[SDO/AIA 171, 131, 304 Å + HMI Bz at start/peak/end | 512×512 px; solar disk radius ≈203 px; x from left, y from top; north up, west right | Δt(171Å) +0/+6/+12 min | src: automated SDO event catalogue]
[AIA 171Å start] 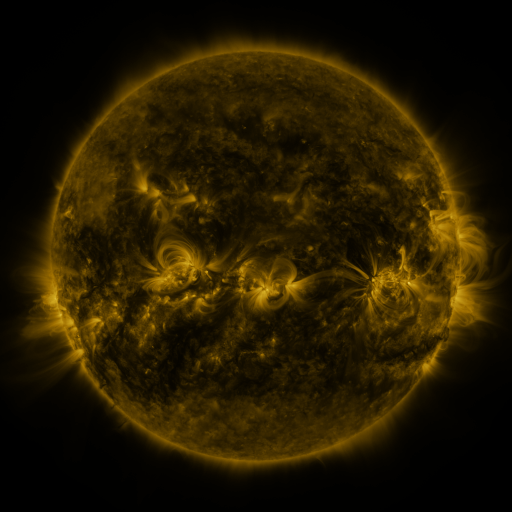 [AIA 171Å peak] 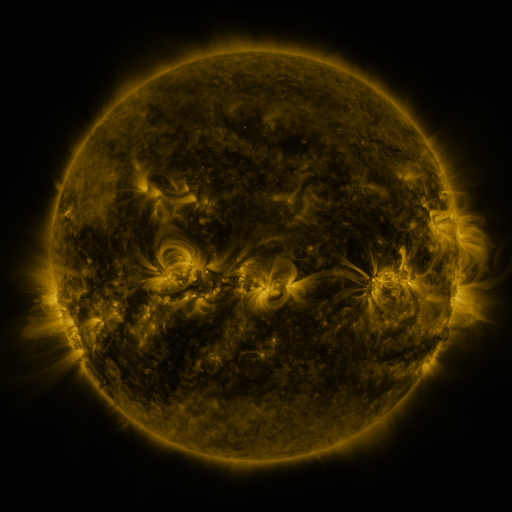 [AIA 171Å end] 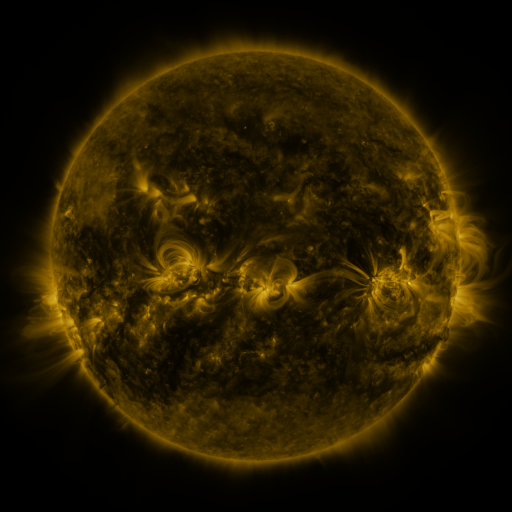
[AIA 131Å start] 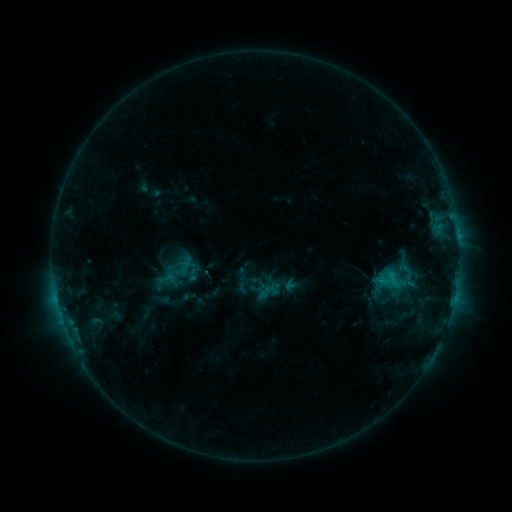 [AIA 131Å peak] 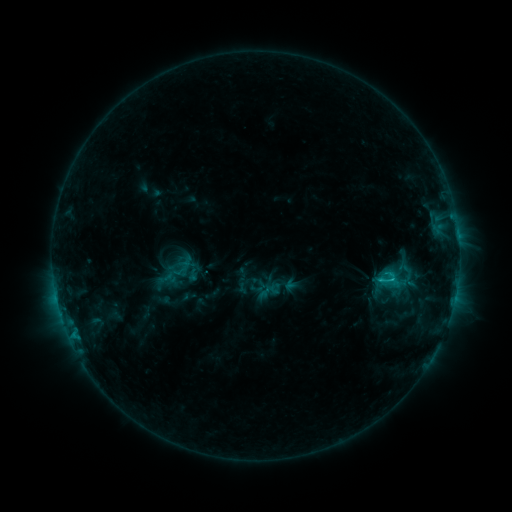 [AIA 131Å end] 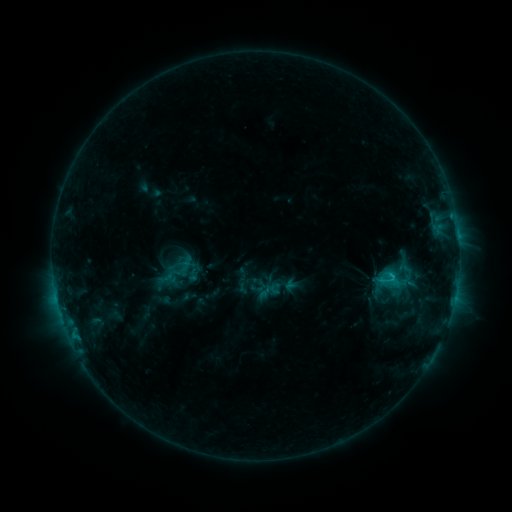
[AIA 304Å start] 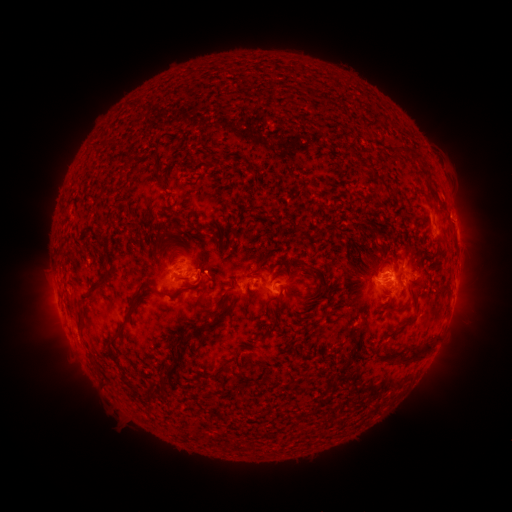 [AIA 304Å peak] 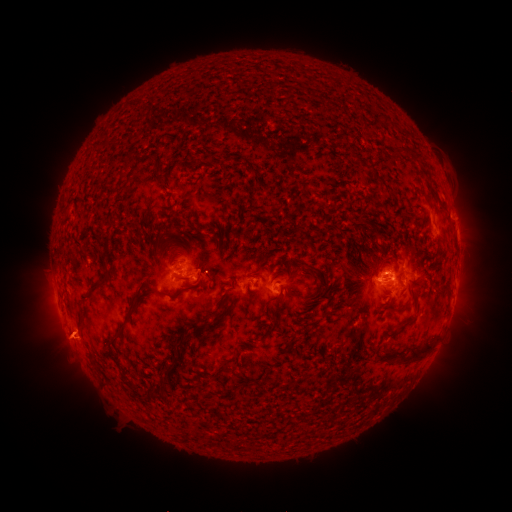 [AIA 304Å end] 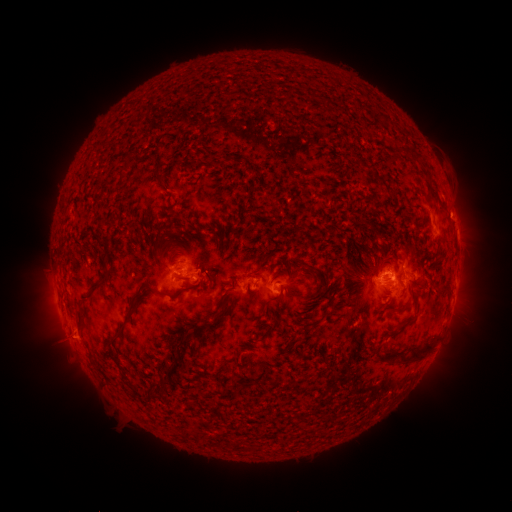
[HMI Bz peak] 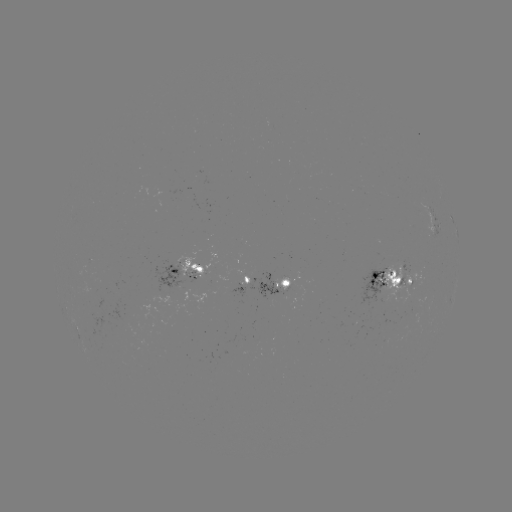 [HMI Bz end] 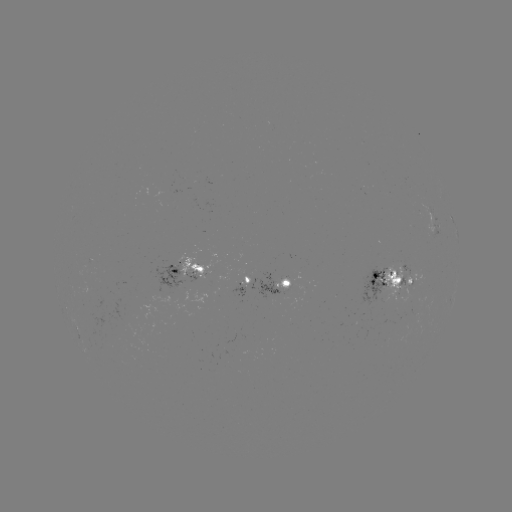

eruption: <bbox>39, 307, 95, 370</bbox>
